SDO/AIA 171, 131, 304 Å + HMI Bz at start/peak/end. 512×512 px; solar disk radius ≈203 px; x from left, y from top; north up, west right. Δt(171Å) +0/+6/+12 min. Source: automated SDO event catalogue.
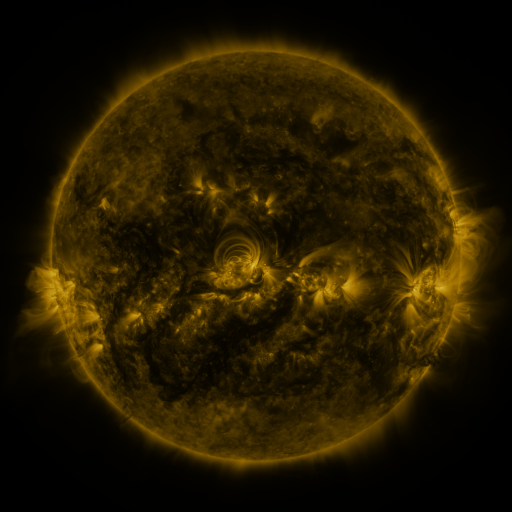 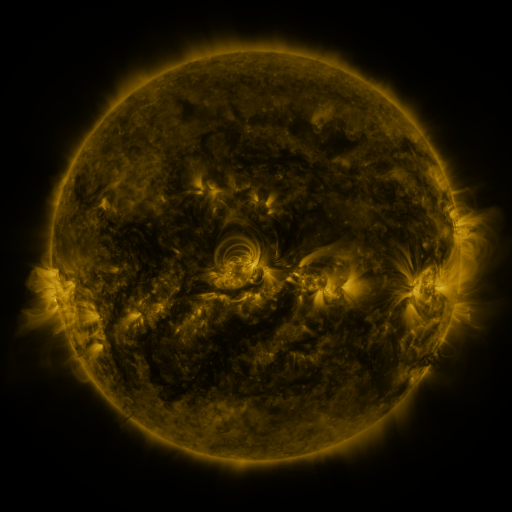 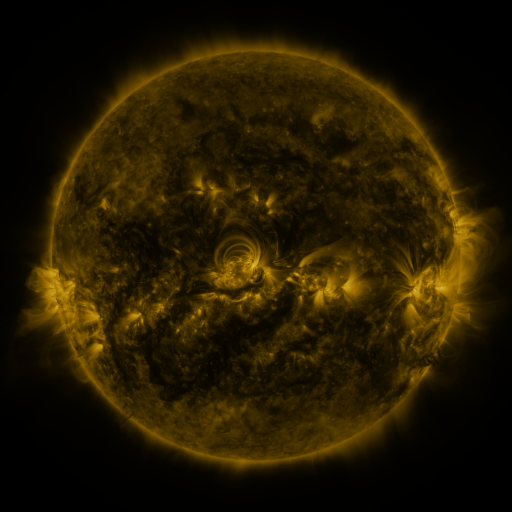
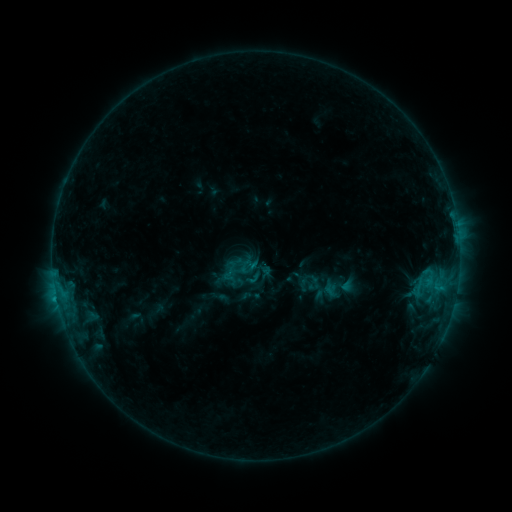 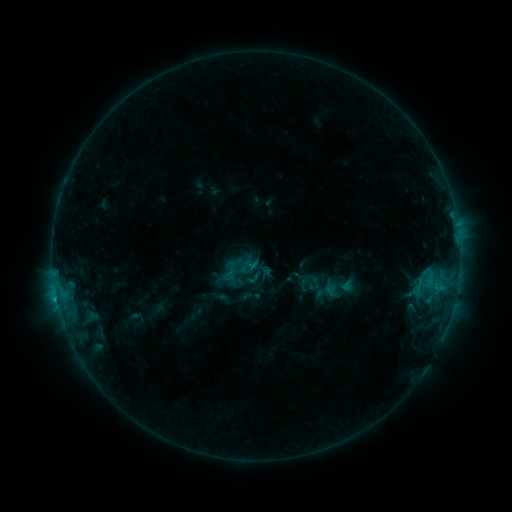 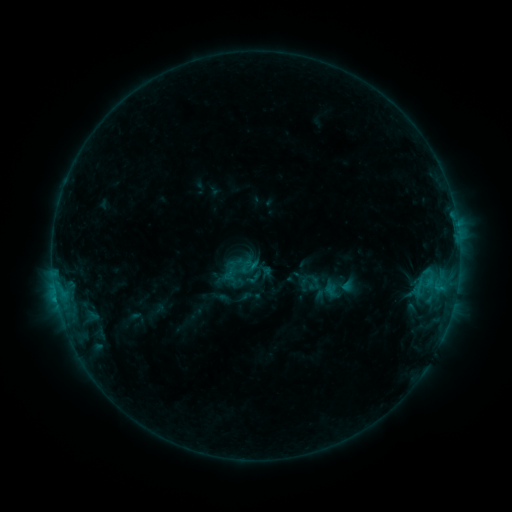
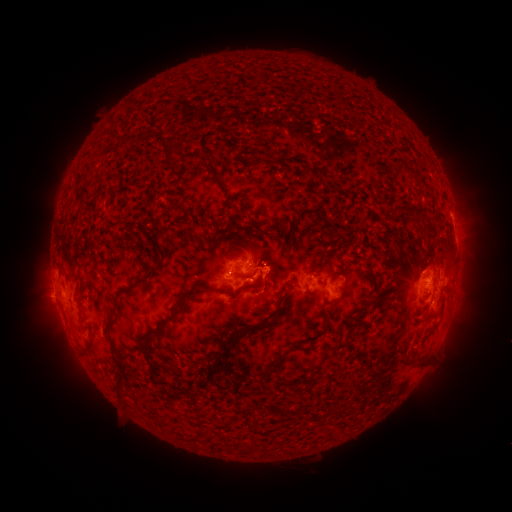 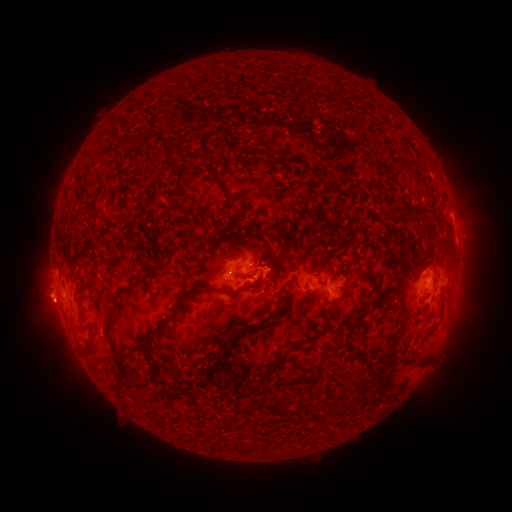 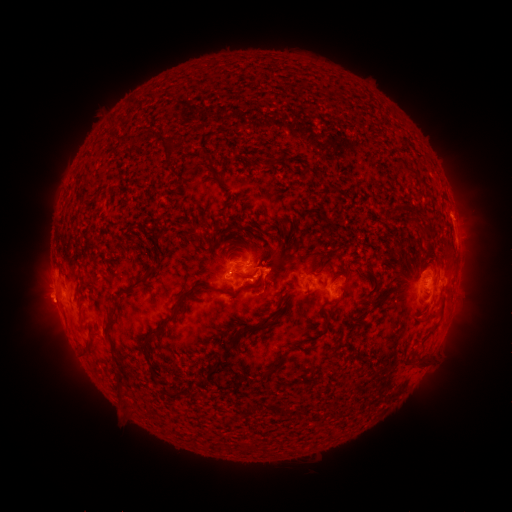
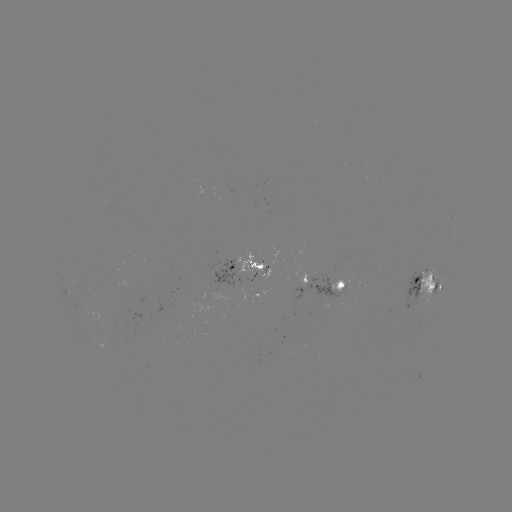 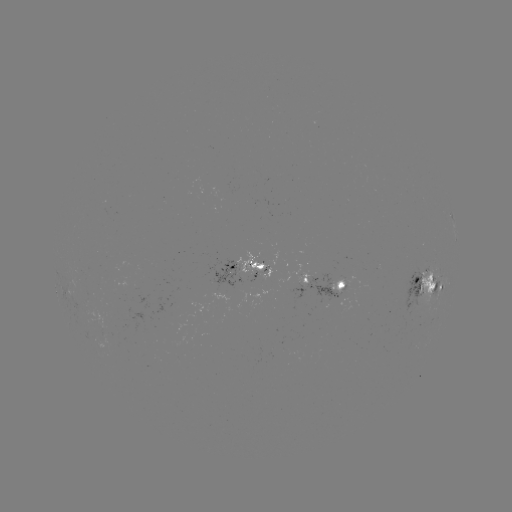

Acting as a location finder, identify eruption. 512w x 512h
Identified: (46, 305).